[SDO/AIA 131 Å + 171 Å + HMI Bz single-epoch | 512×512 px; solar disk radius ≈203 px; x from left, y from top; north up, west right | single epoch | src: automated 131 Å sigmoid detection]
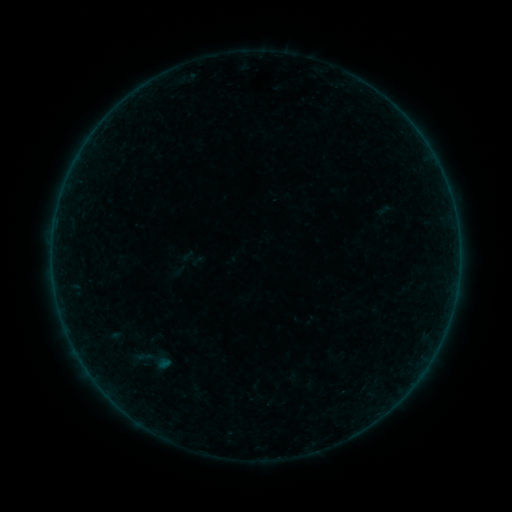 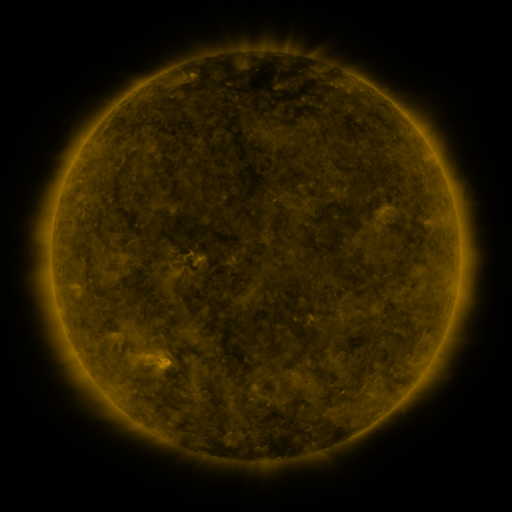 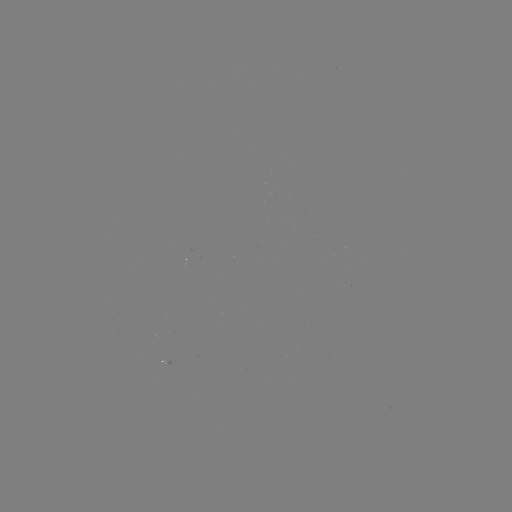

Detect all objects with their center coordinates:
sigmoid: (143, 358)
